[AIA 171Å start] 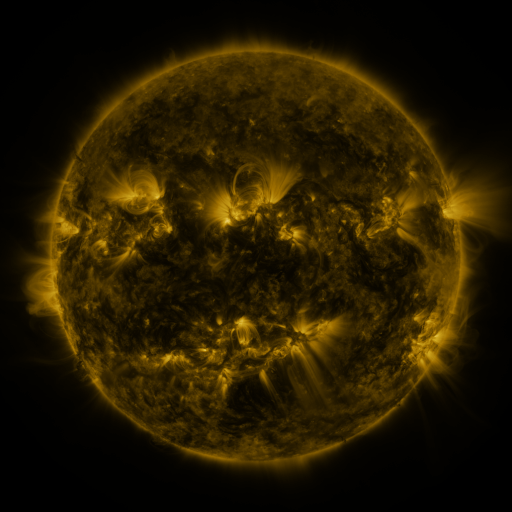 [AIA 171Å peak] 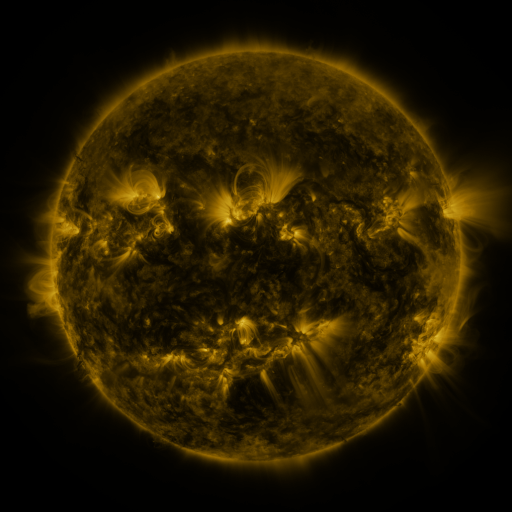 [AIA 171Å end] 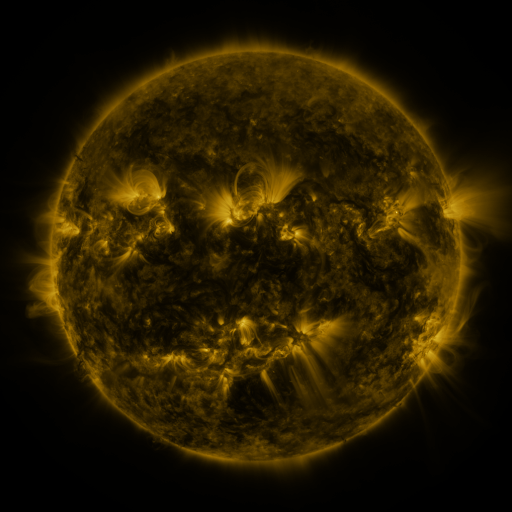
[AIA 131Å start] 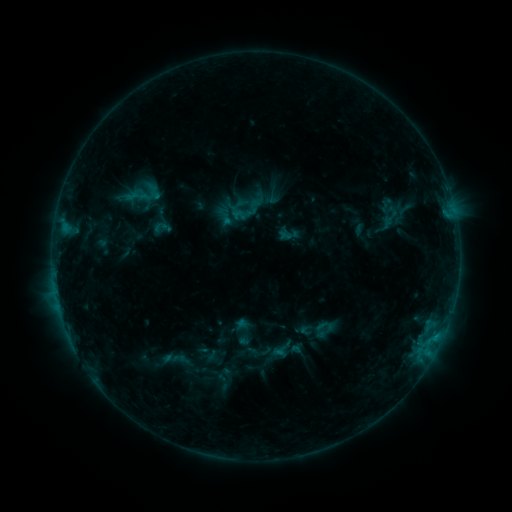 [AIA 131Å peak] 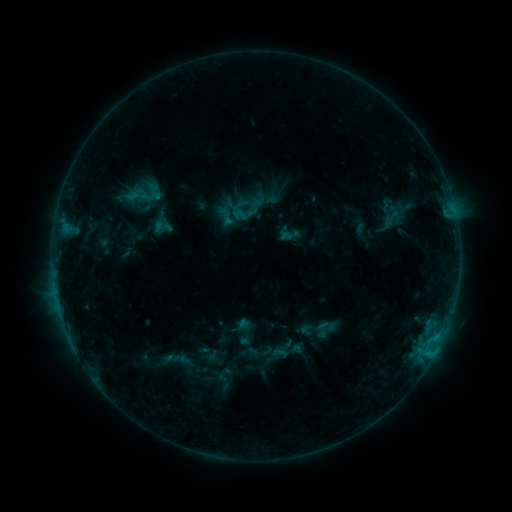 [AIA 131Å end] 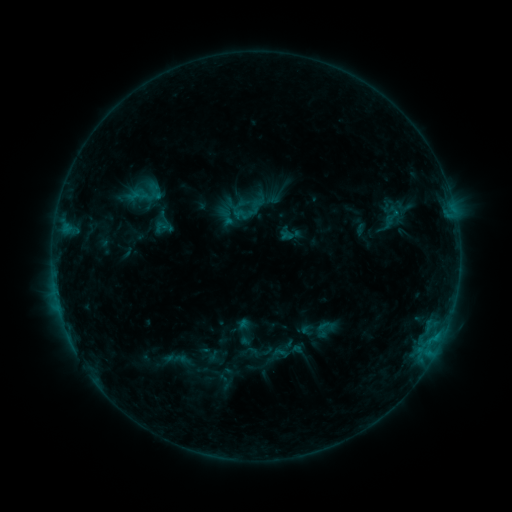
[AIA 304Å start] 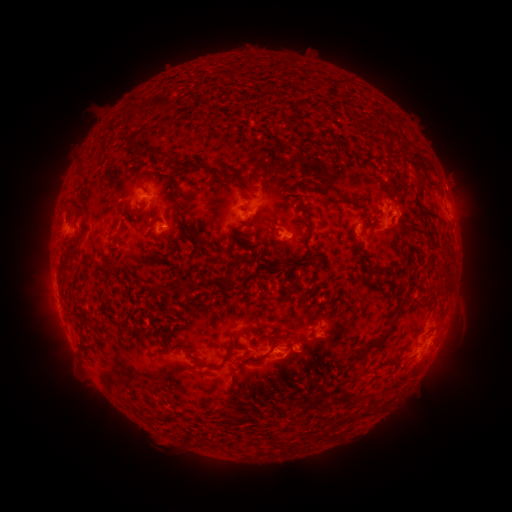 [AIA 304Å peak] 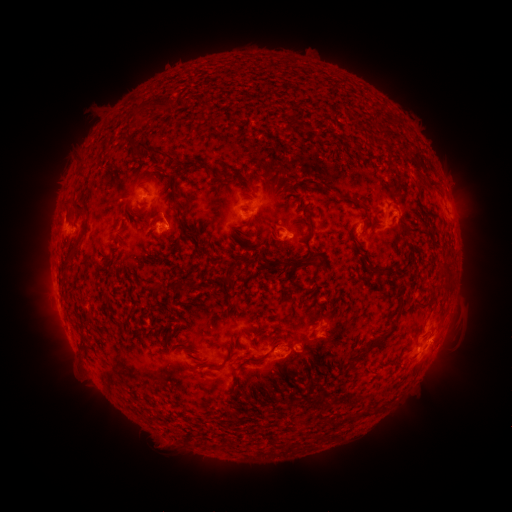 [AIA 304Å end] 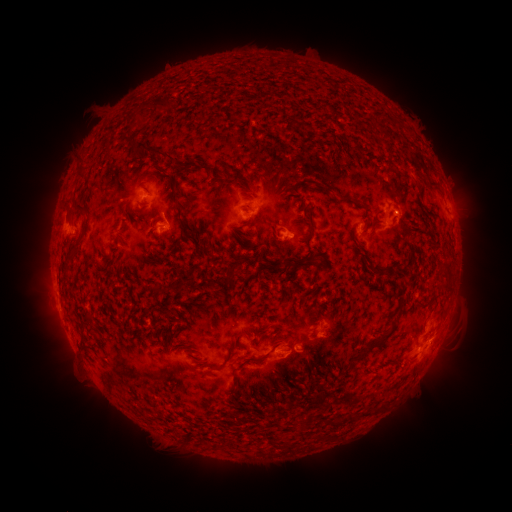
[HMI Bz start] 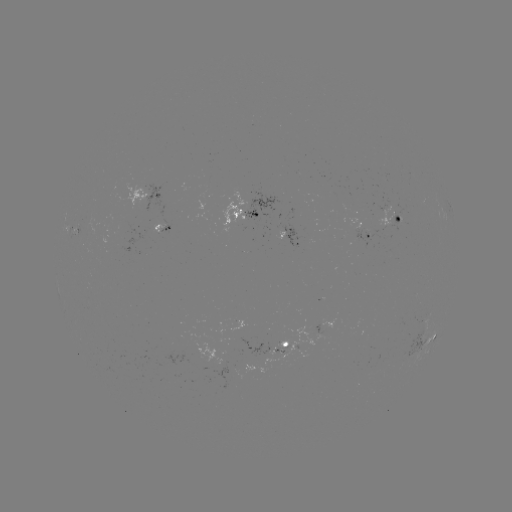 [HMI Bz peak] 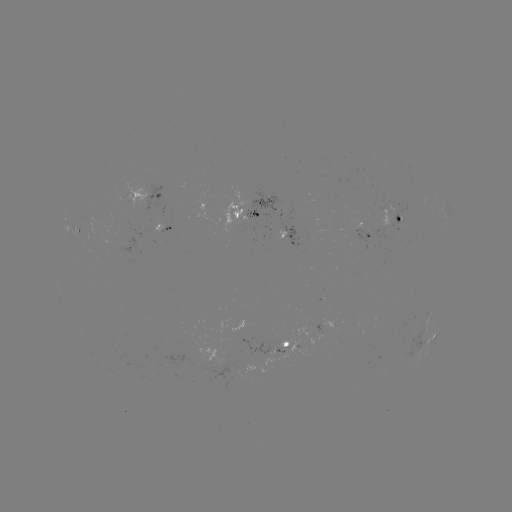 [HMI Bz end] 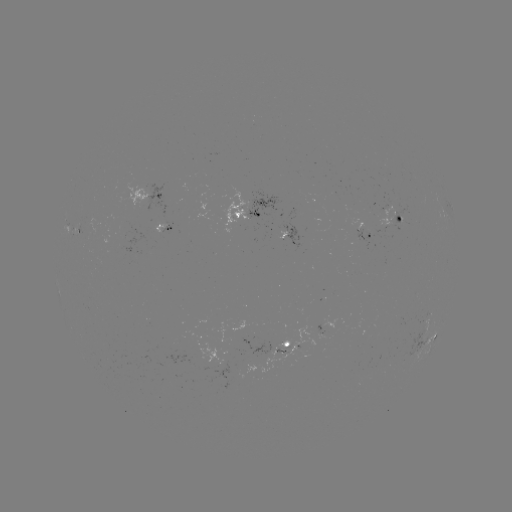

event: flare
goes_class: B9.1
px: (435, 351)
